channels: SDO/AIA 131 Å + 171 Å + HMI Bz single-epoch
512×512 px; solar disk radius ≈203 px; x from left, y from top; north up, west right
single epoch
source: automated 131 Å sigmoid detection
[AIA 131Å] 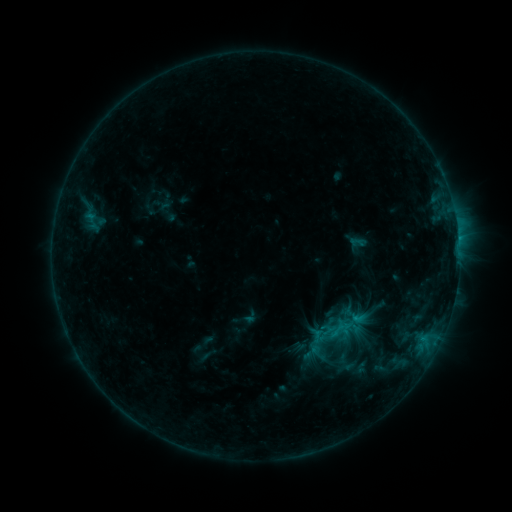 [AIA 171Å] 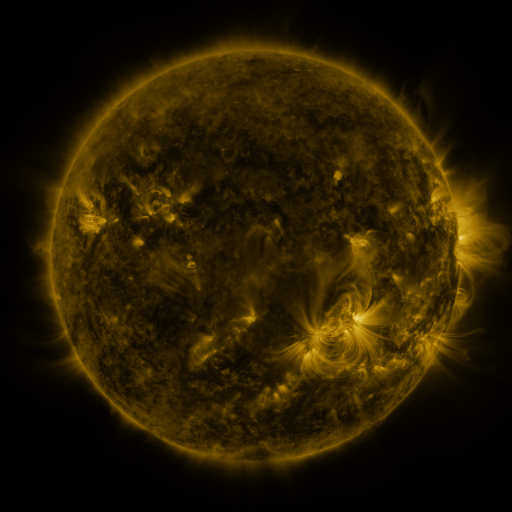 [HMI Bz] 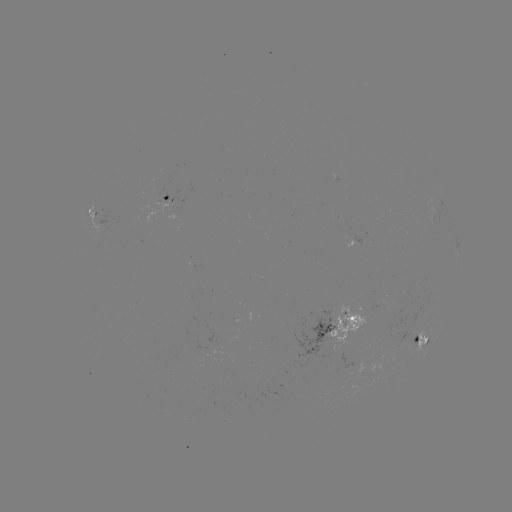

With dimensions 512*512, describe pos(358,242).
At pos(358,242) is sigmoid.